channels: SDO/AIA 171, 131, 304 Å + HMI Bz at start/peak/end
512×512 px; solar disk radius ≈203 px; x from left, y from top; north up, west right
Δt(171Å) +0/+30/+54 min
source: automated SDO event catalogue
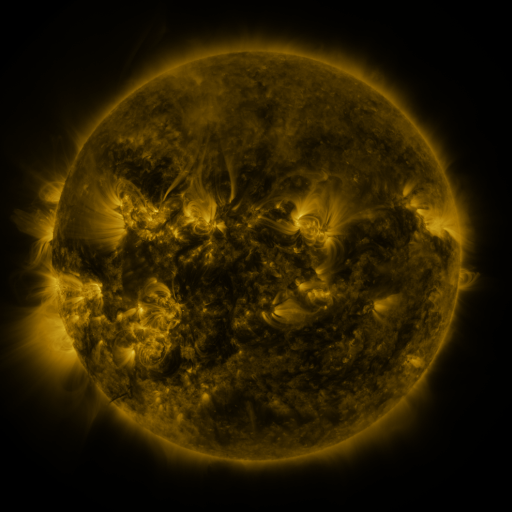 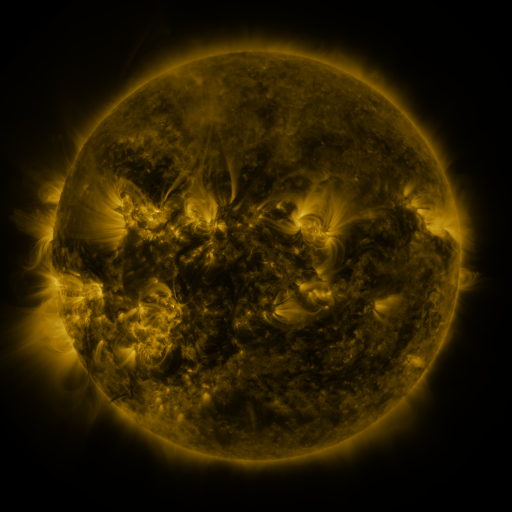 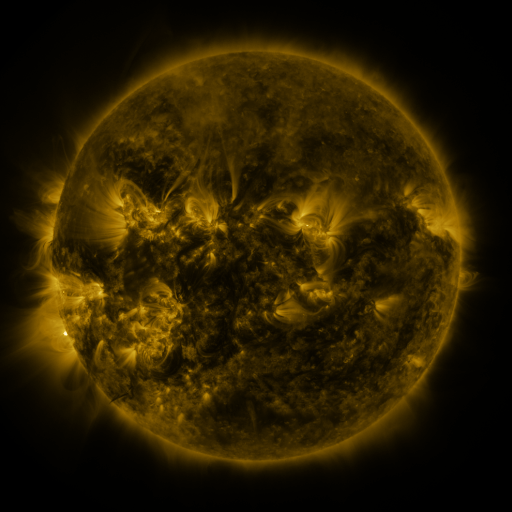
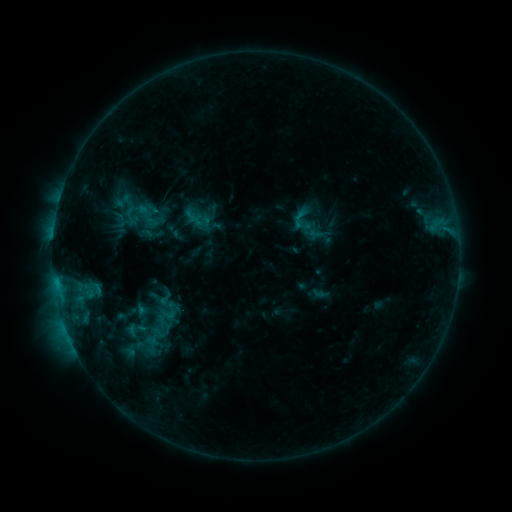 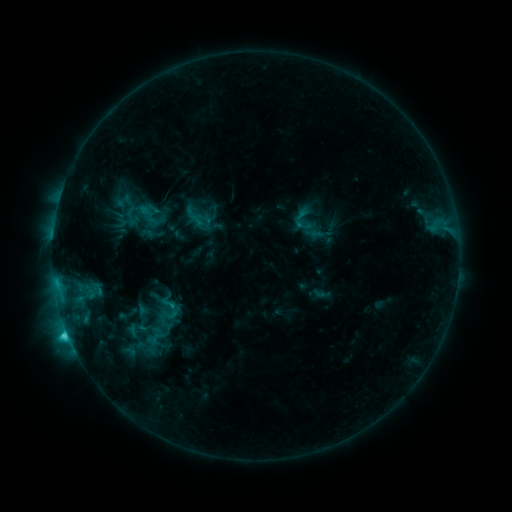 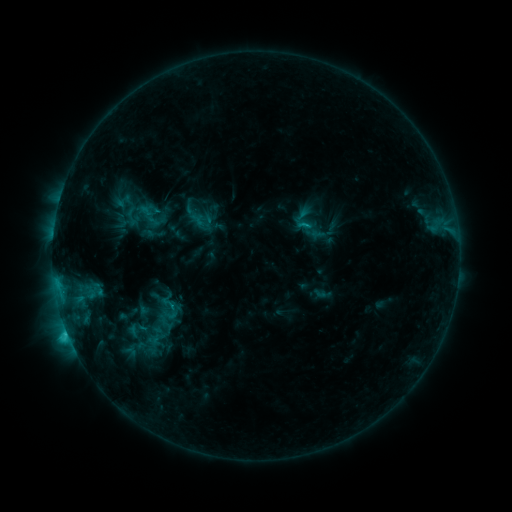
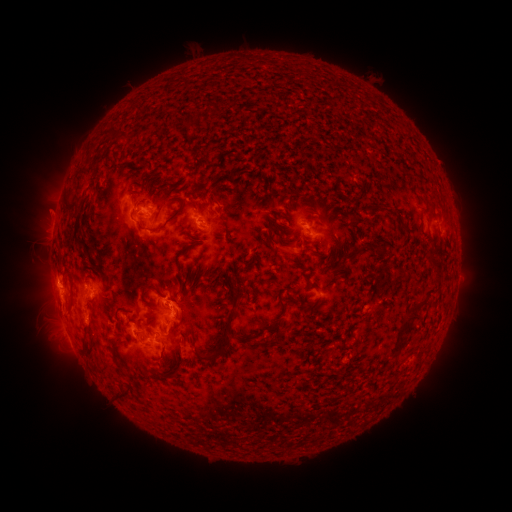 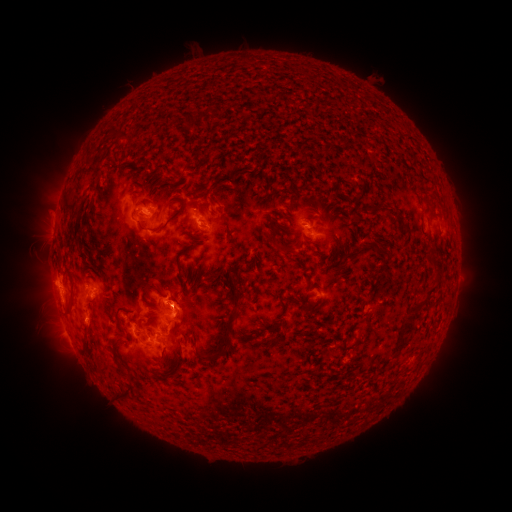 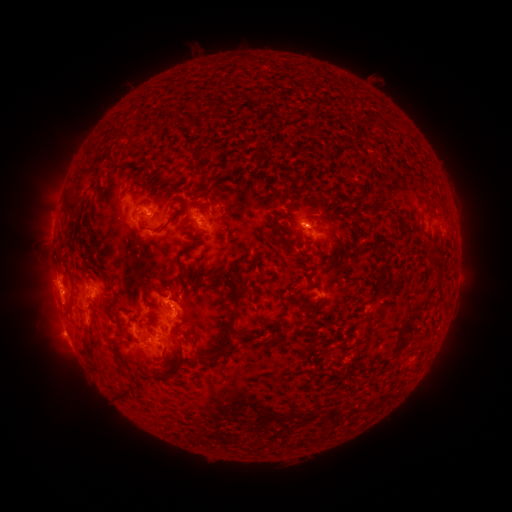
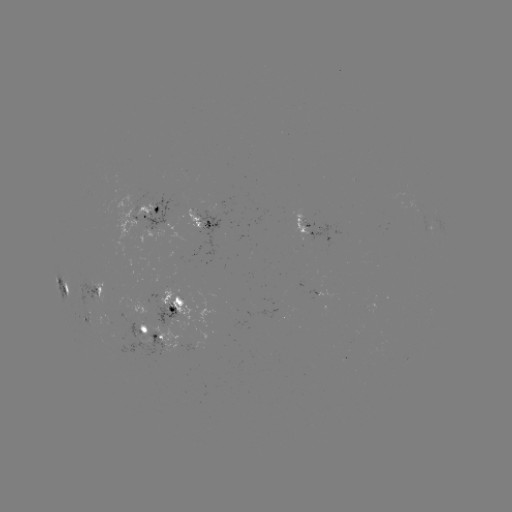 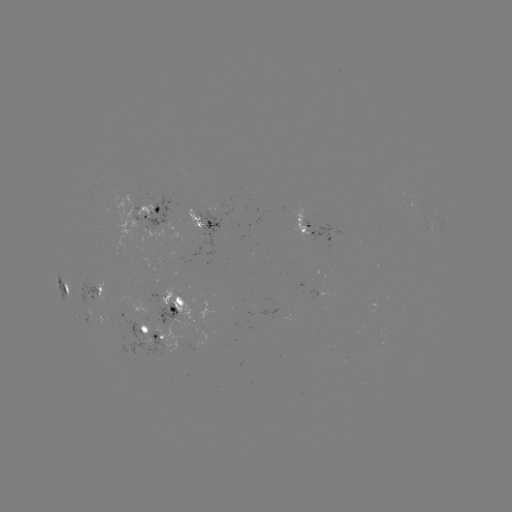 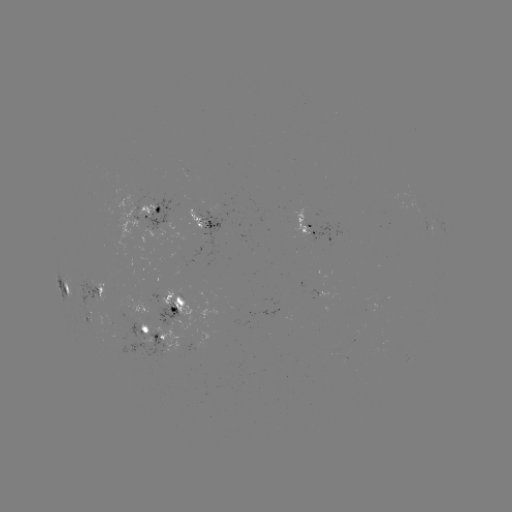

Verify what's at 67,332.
C2.6 flare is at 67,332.